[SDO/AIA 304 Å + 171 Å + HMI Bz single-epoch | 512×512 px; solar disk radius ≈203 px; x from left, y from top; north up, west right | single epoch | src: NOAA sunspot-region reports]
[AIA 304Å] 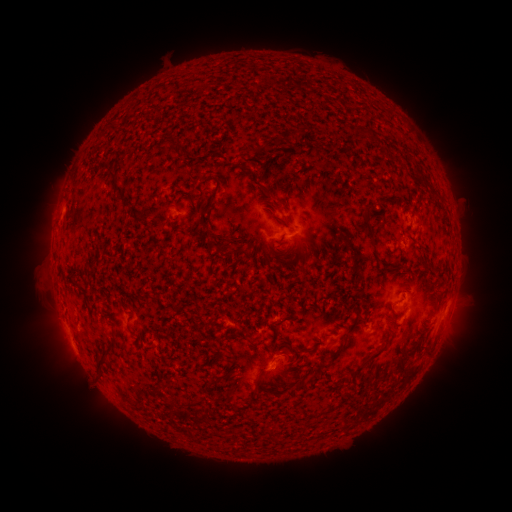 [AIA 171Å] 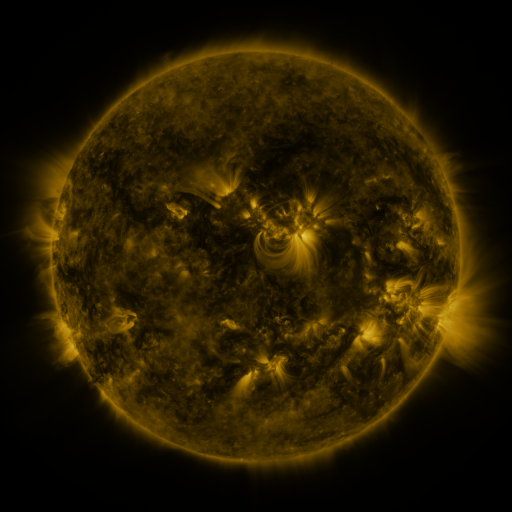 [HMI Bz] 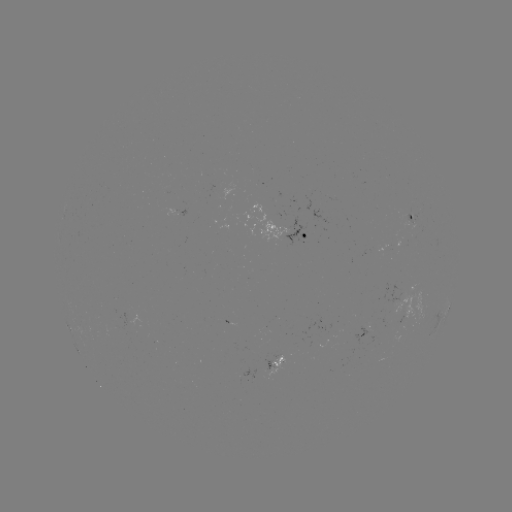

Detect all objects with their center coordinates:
spotted active region: (415, 216)
spotted active region: (287, 231)
spotted active region: (449, 306)
spotted active region: (275, 364)
